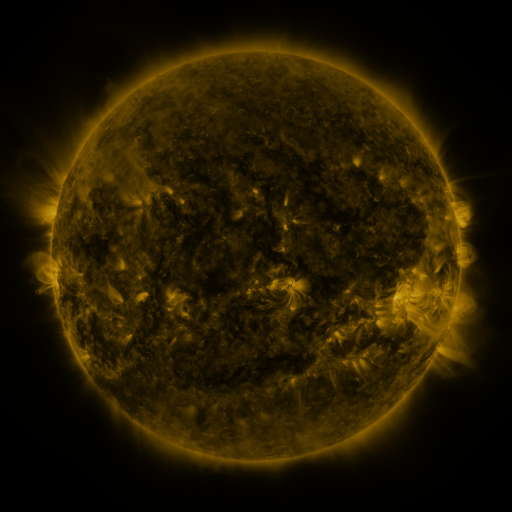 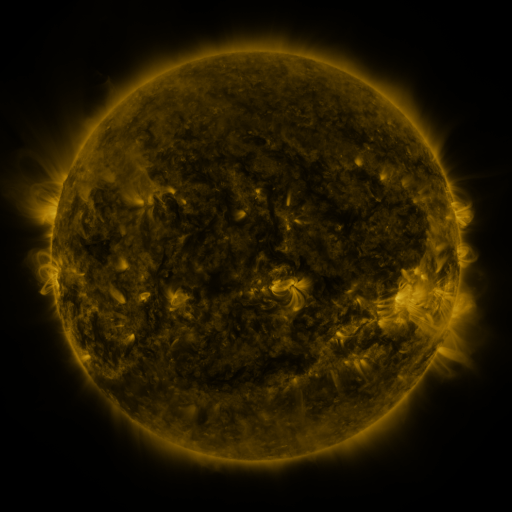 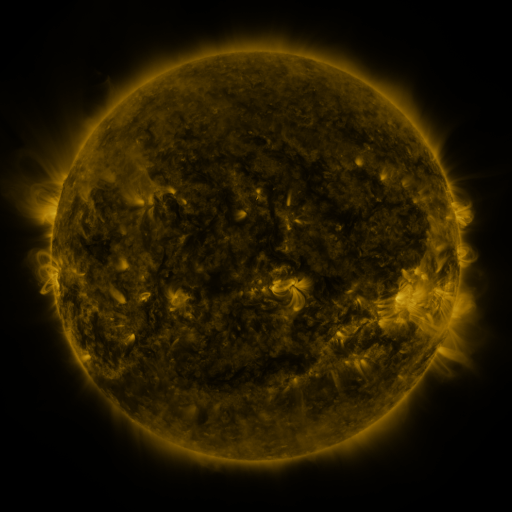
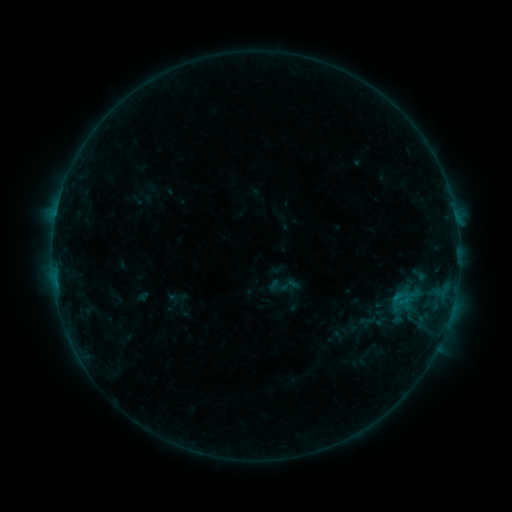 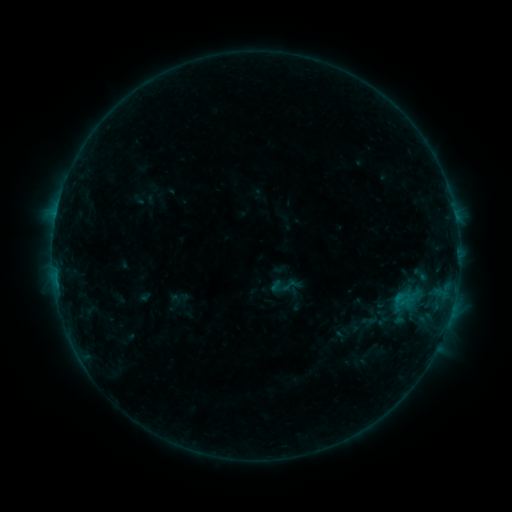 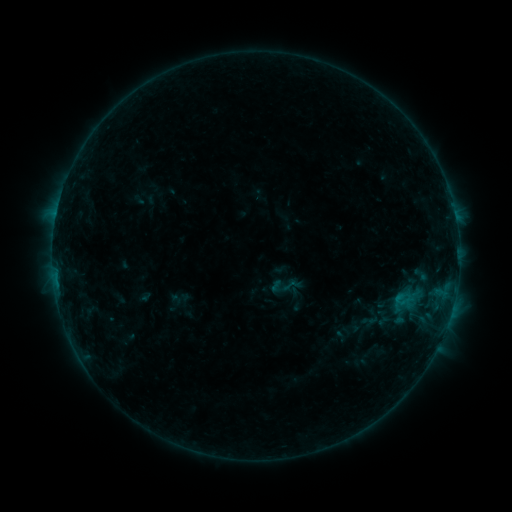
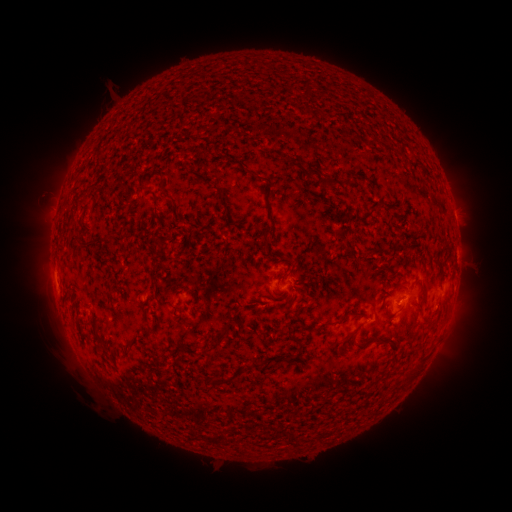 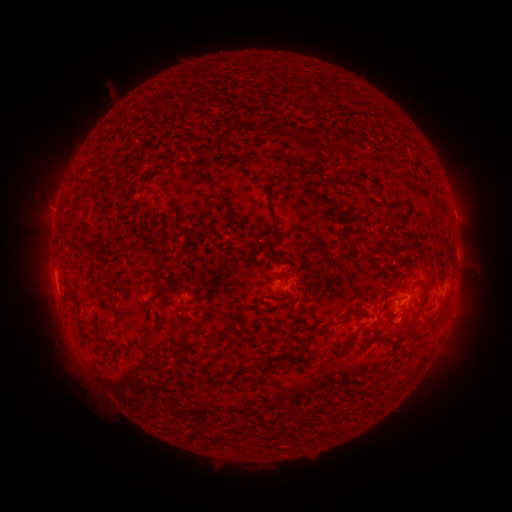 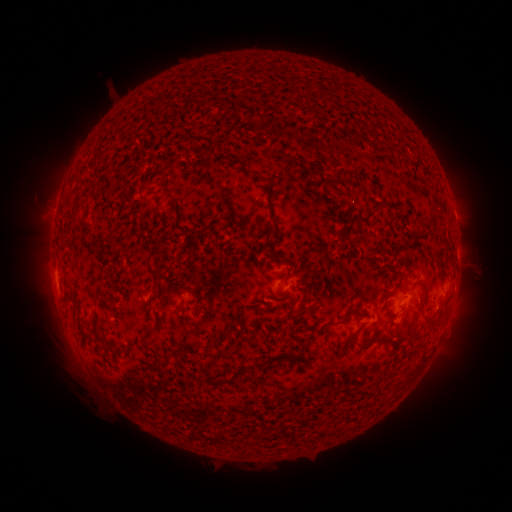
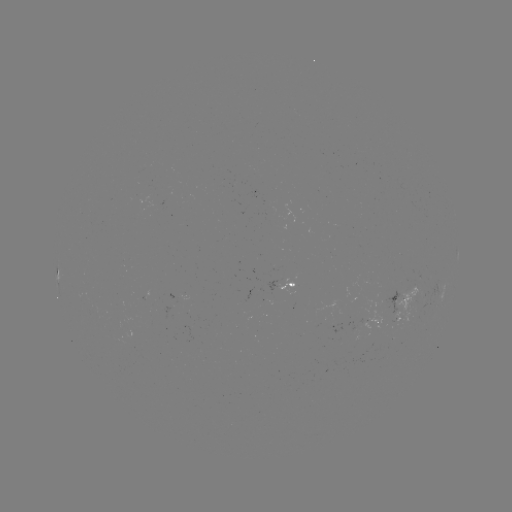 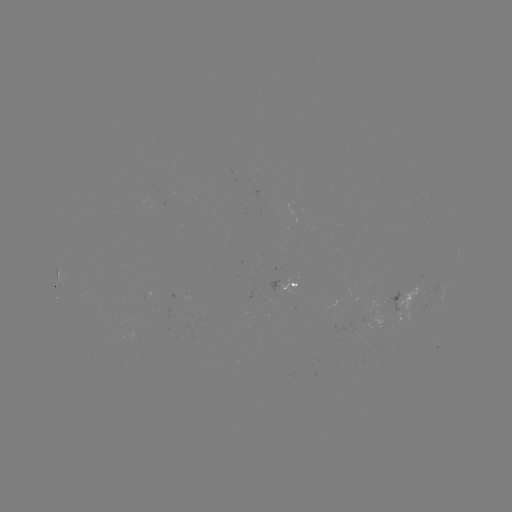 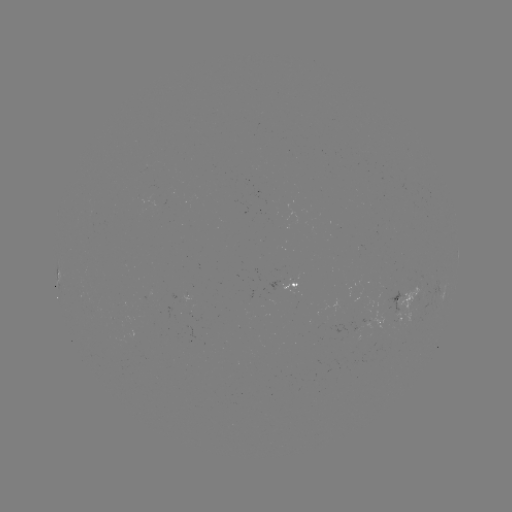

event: emerging-flux region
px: (389, 306)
